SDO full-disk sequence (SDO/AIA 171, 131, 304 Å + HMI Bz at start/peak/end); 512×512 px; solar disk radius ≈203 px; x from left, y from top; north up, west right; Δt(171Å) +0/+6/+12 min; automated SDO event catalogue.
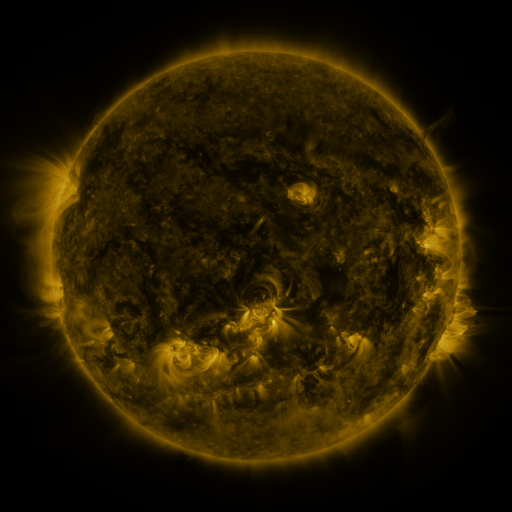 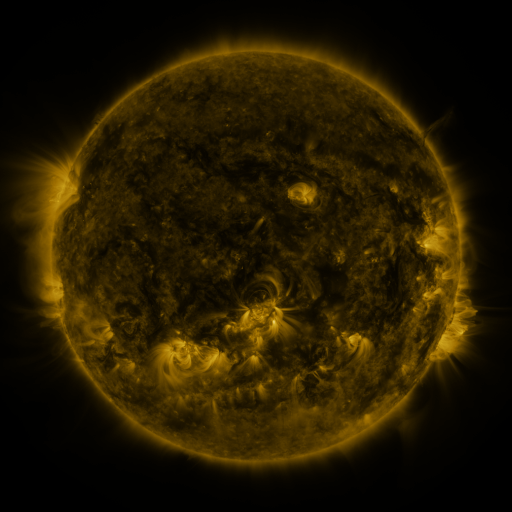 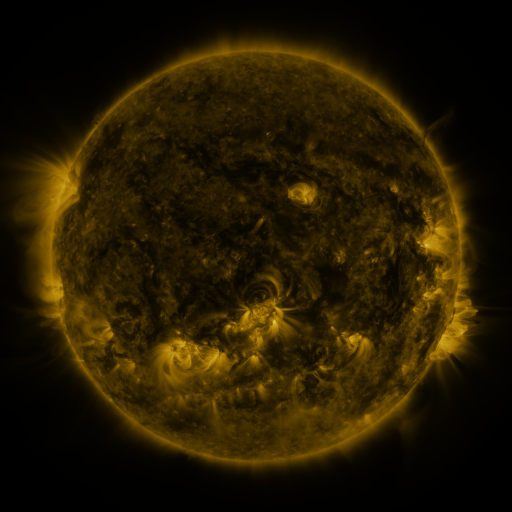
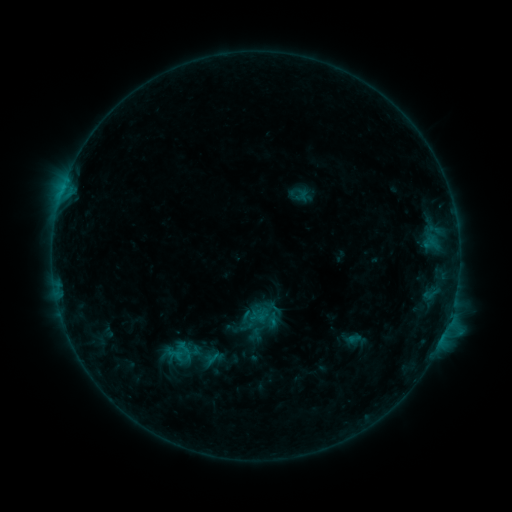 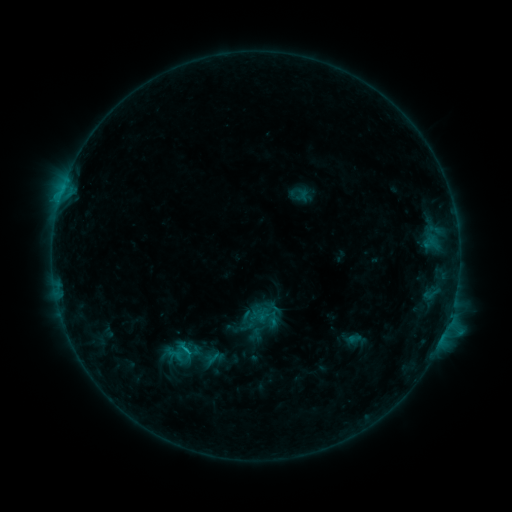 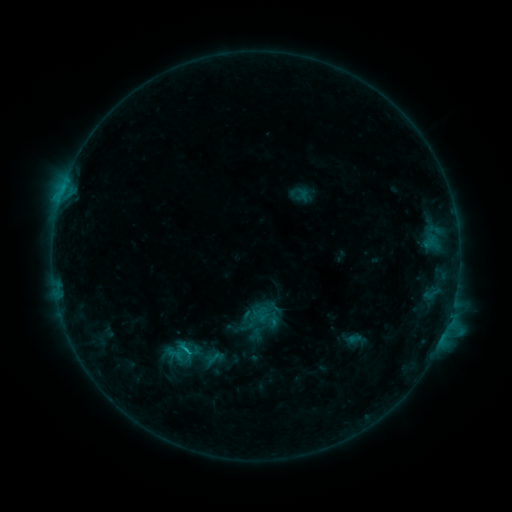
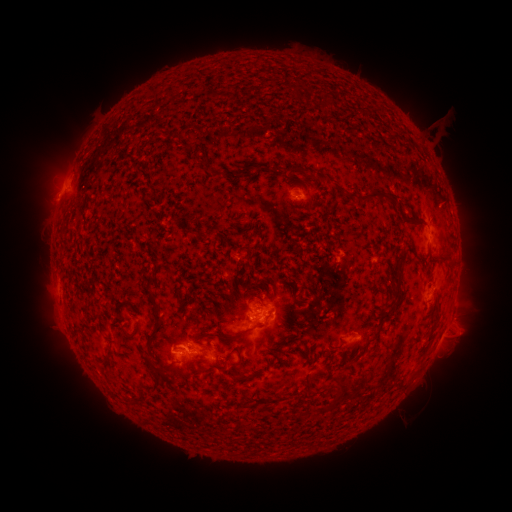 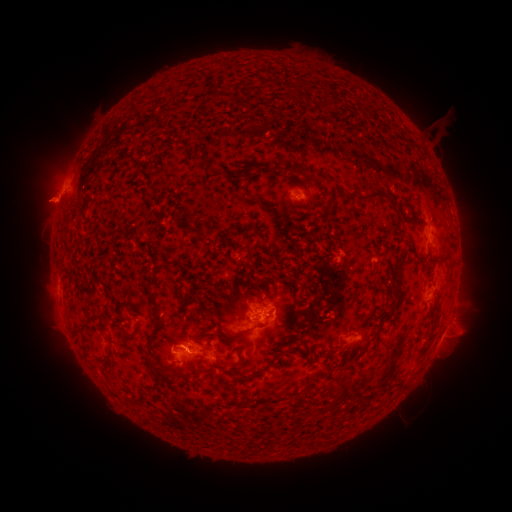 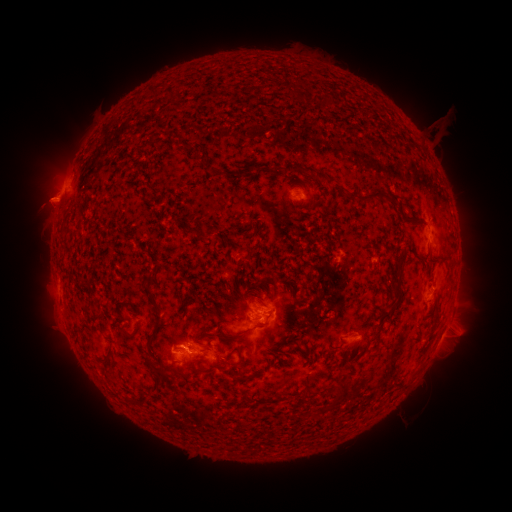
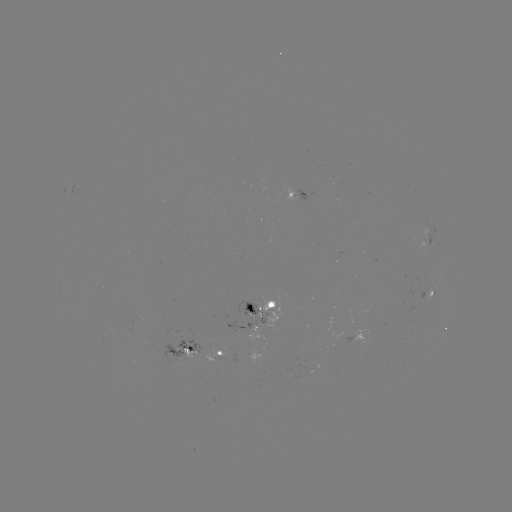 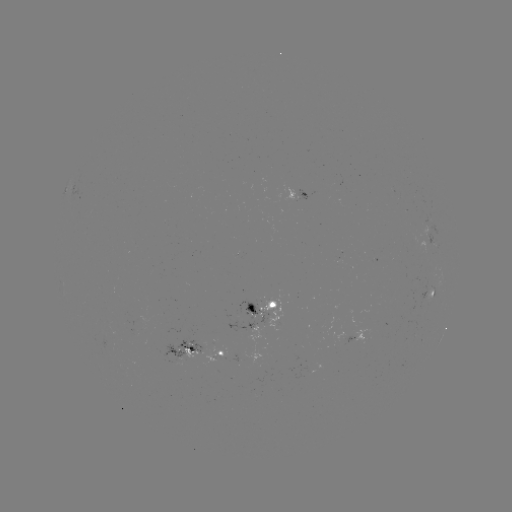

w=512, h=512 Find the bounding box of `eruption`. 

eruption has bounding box [17, 175, 69, 226].